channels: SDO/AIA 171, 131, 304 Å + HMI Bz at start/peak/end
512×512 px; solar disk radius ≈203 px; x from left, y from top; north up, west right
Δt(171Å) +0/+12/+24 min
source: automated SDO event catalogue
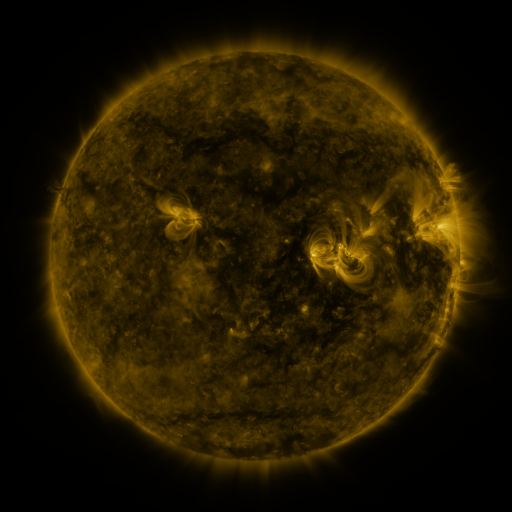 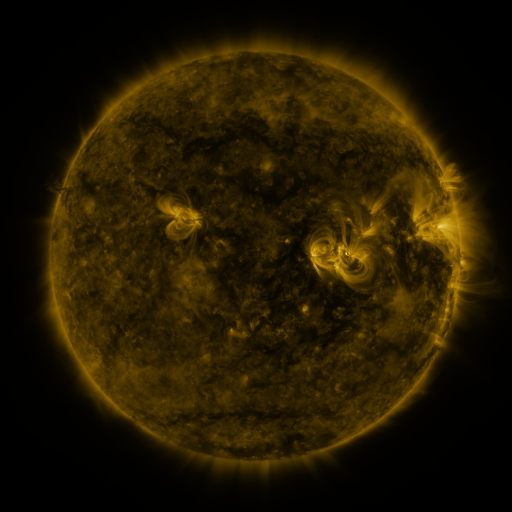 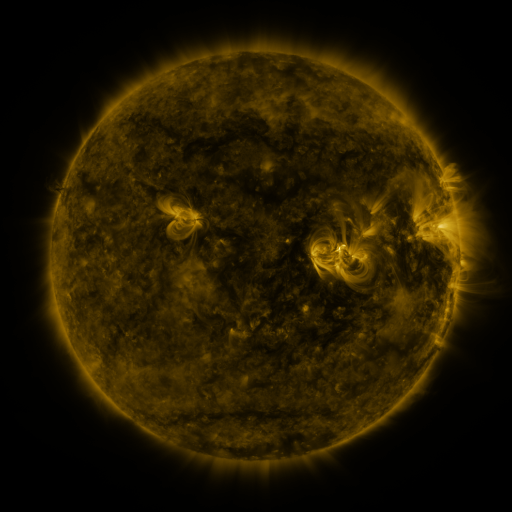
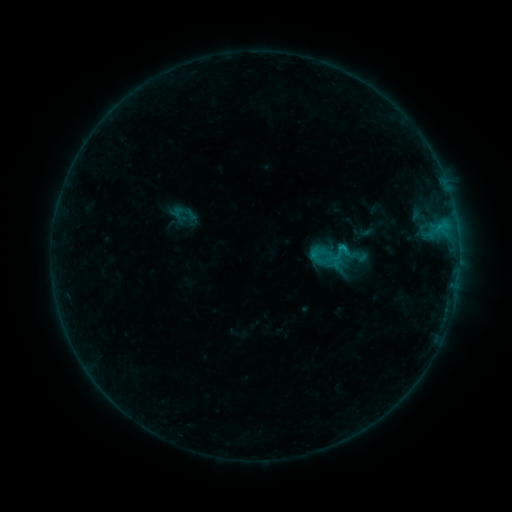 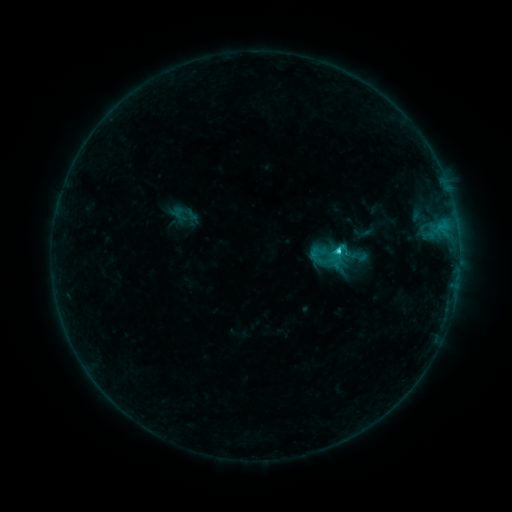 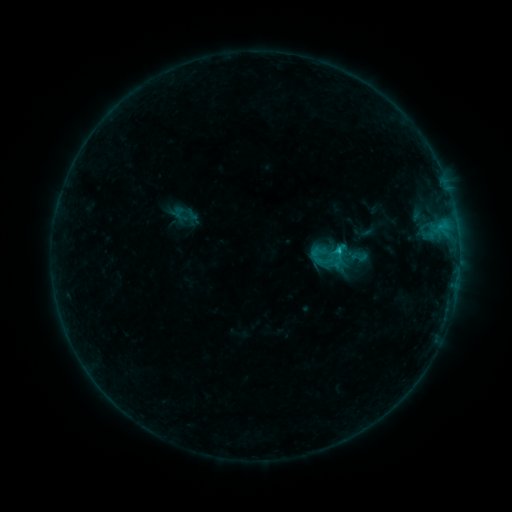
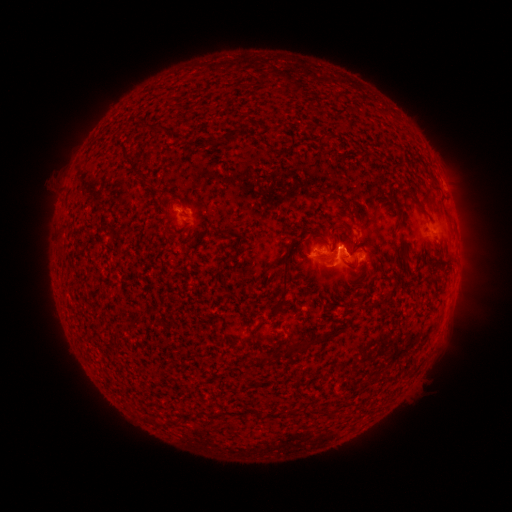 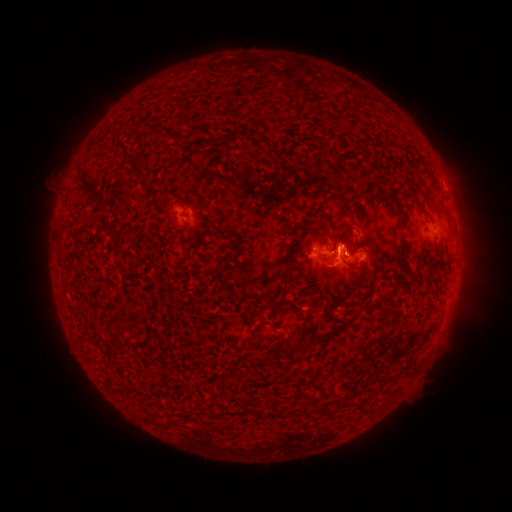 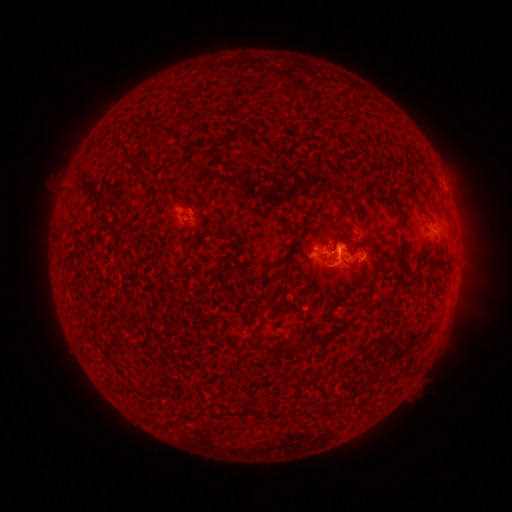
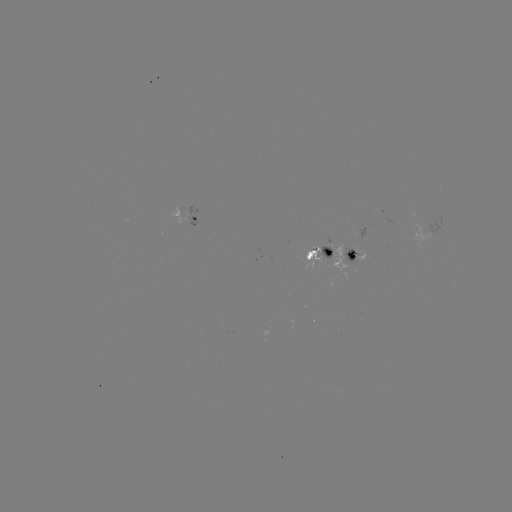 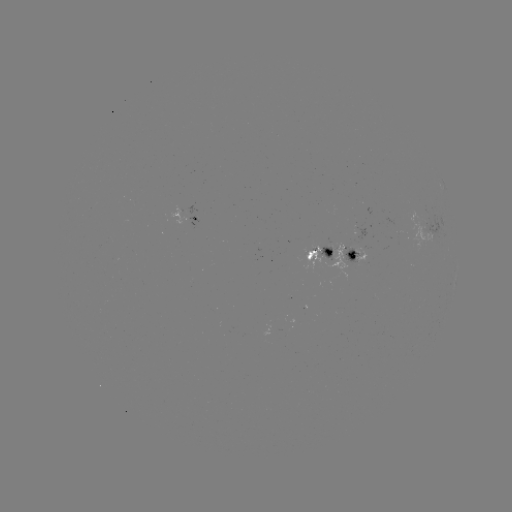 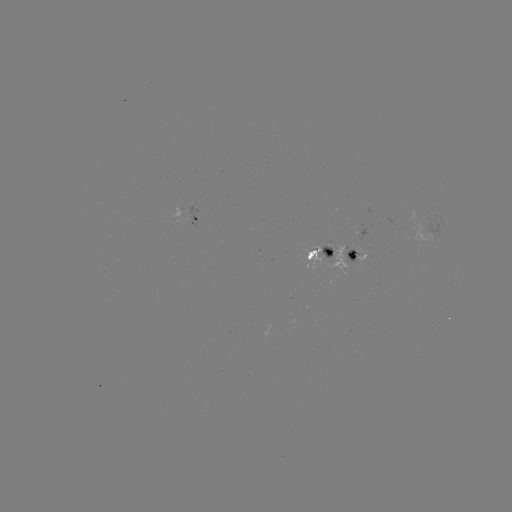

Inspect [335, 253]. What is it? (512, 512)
C1.4 flare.